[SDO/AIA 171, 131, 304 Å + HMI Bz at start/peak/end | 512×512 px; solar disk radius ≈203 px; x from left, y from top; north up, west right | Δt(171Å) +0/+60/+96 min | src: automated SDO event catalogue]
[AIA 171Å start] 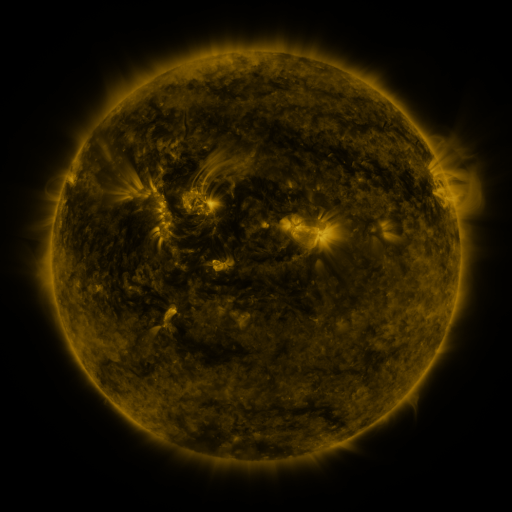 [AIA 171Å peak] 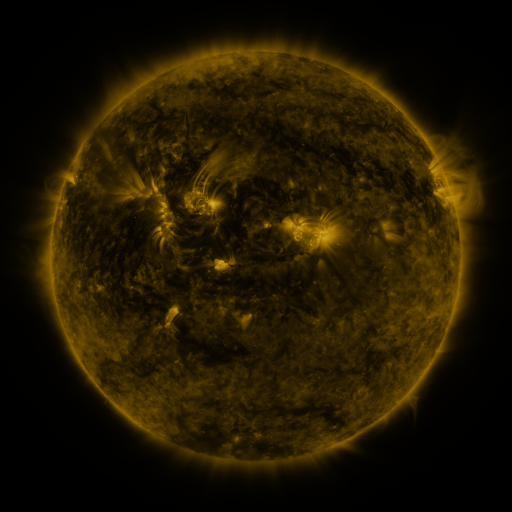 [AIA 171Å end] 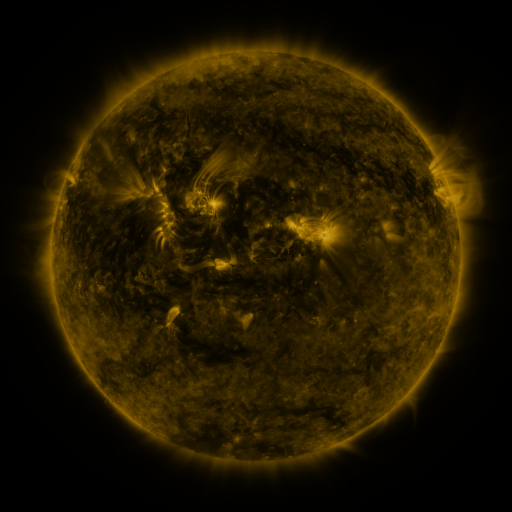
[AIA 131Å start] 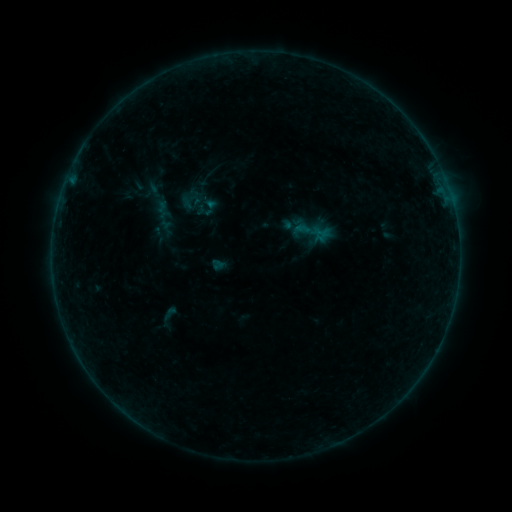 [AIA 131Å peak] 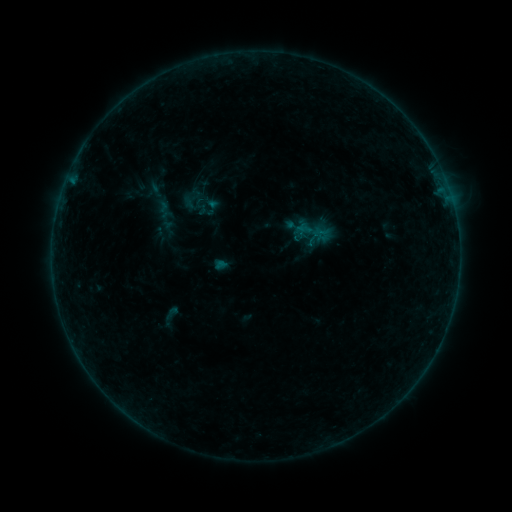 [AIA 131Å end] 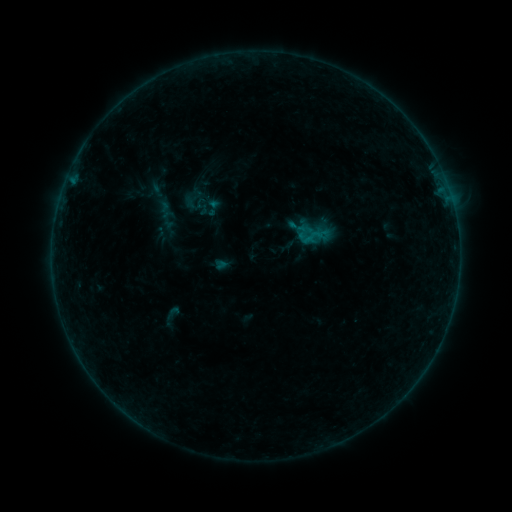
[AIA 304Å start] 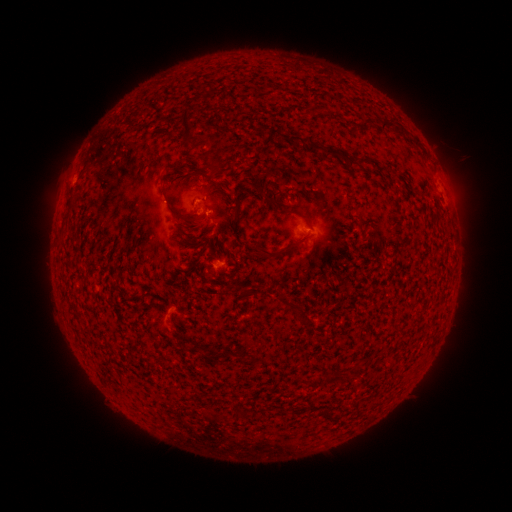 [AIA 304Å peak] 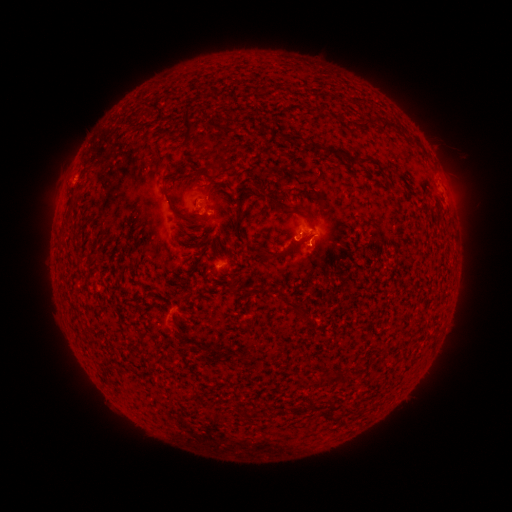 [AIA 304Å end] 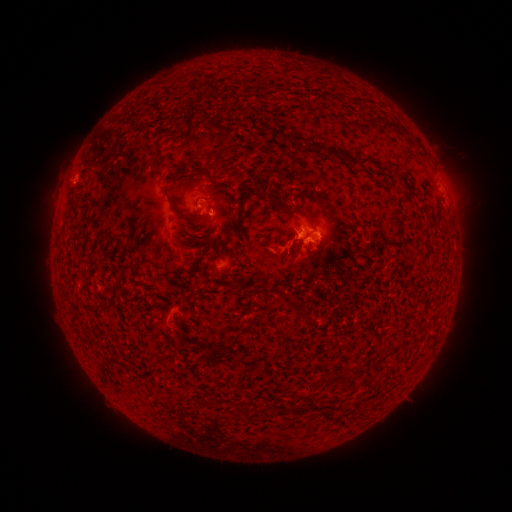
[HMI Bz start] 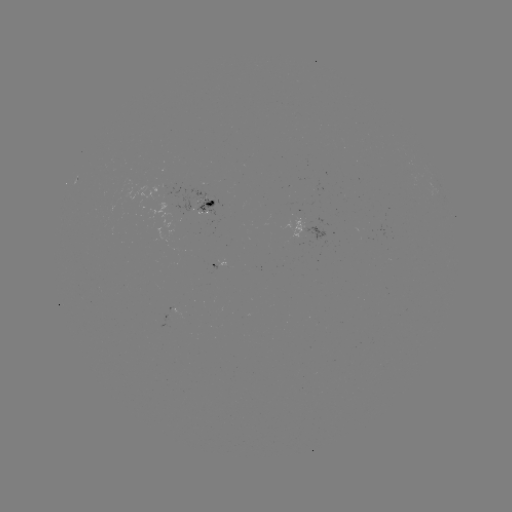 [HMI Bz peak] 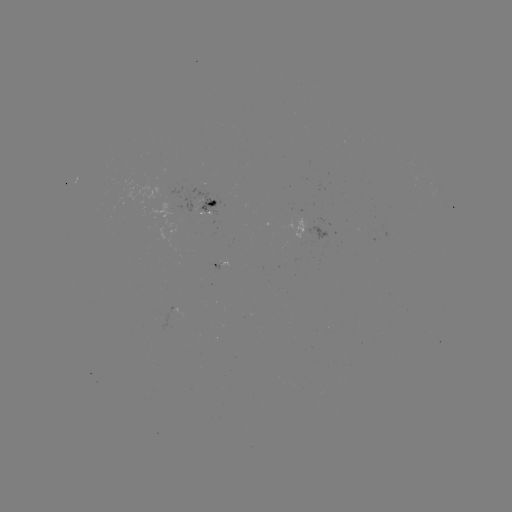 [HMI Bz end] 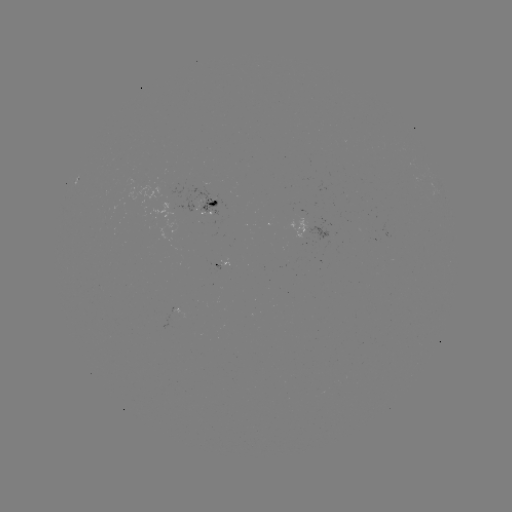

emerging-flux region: [171, 183, 223, 217]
